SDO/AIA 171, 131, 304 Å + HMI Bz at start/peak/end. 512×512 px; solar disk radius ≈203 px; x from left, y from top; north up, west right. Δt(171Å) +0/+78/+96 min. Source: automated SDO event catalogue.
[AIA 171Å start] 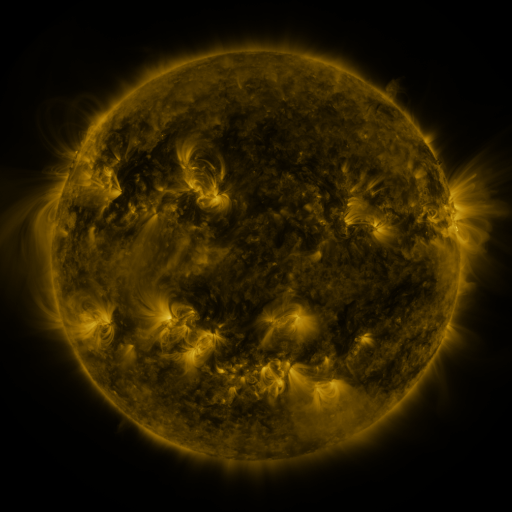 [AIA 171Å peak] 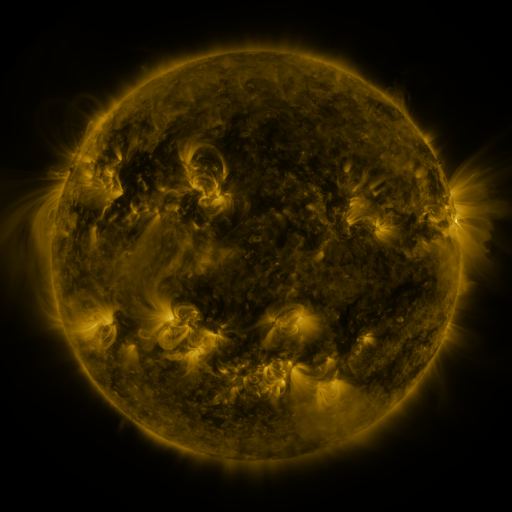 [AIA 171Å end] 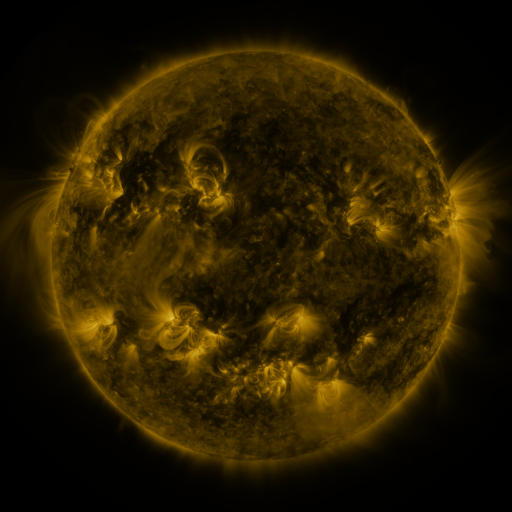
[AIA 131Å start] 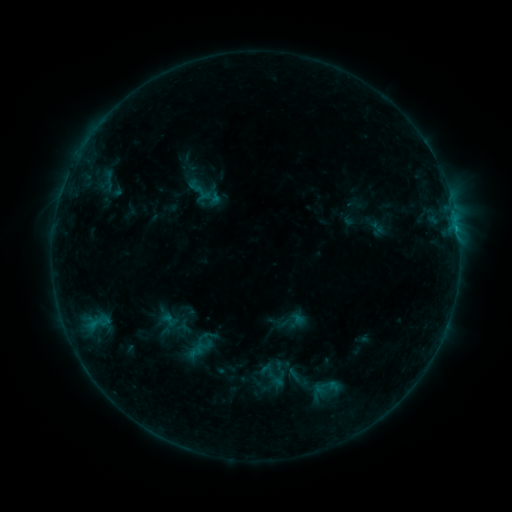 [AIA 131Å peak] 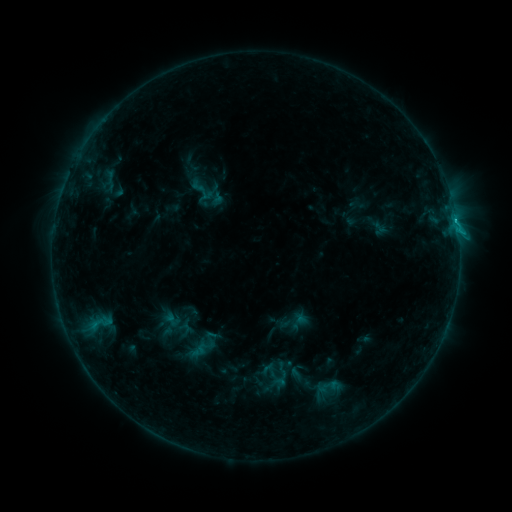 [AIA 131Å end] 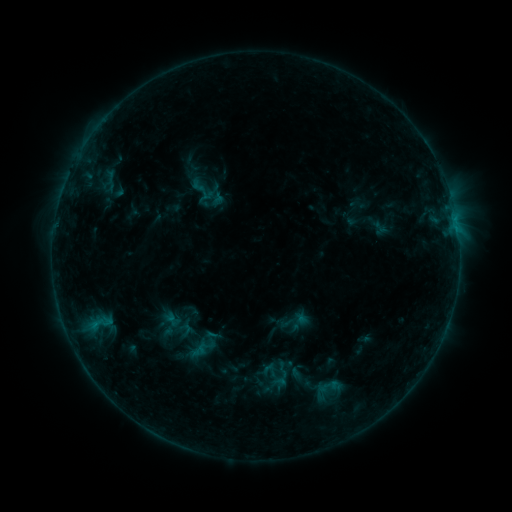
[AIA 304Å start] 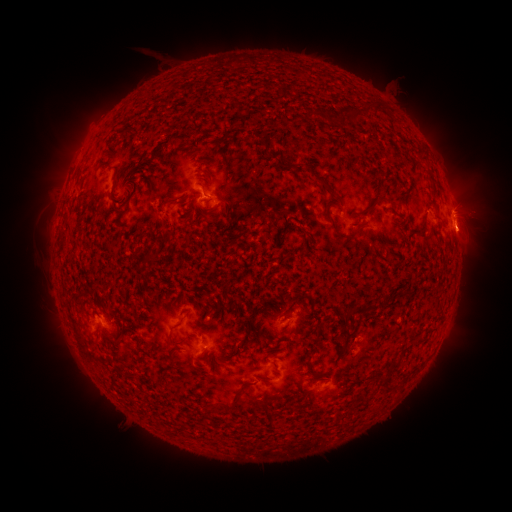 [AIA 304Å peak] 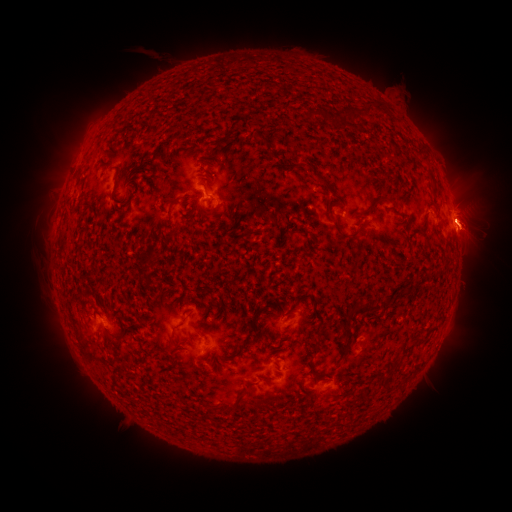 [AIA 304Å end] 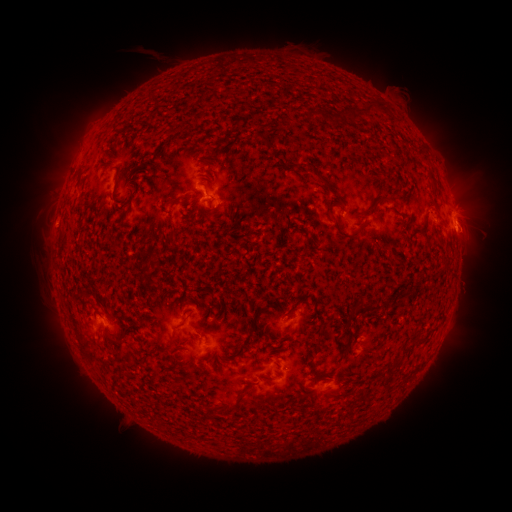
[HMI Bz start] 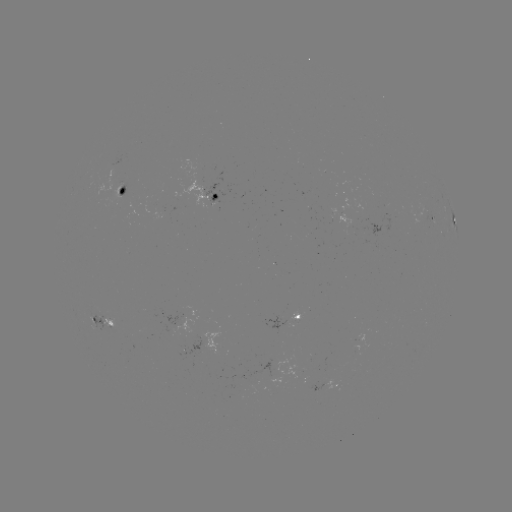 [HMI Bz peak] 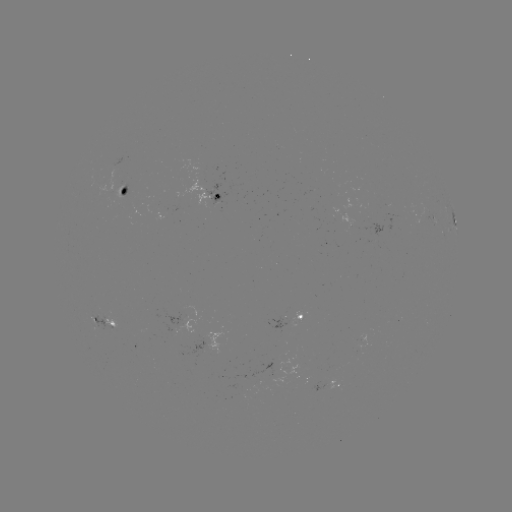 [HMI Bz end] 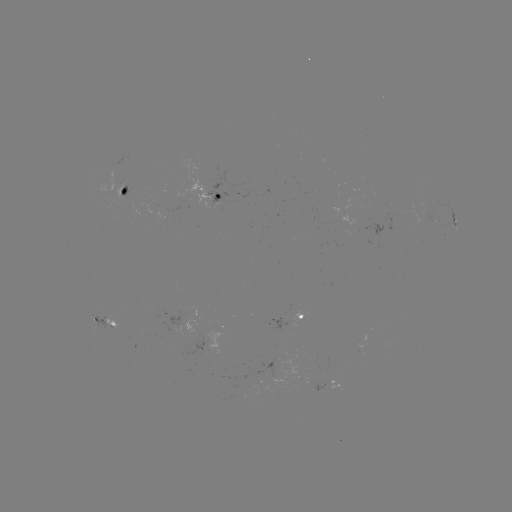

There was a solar flare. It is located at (456, 224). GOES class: B8.3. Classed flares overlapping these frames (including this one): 1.